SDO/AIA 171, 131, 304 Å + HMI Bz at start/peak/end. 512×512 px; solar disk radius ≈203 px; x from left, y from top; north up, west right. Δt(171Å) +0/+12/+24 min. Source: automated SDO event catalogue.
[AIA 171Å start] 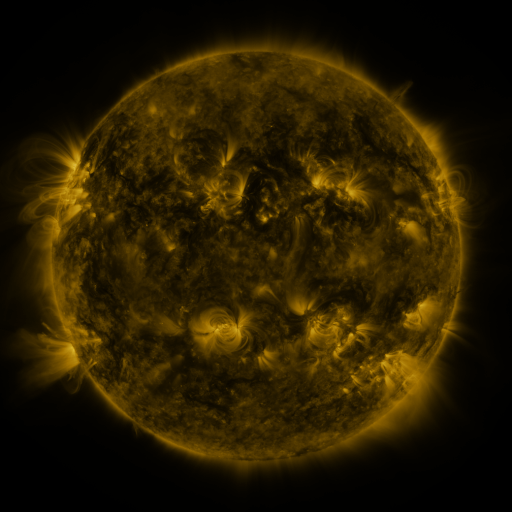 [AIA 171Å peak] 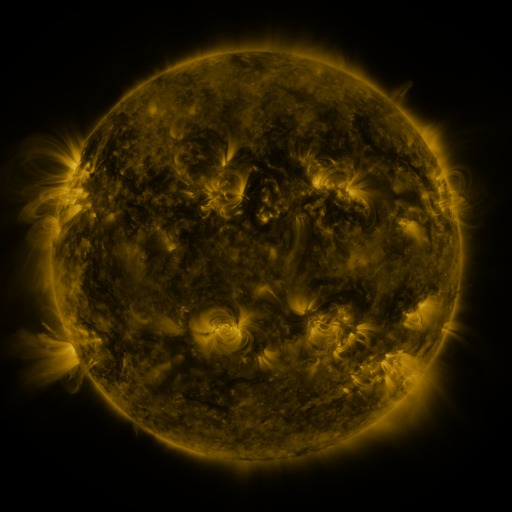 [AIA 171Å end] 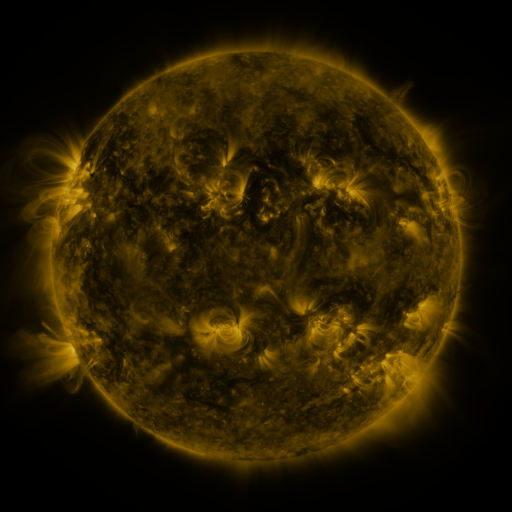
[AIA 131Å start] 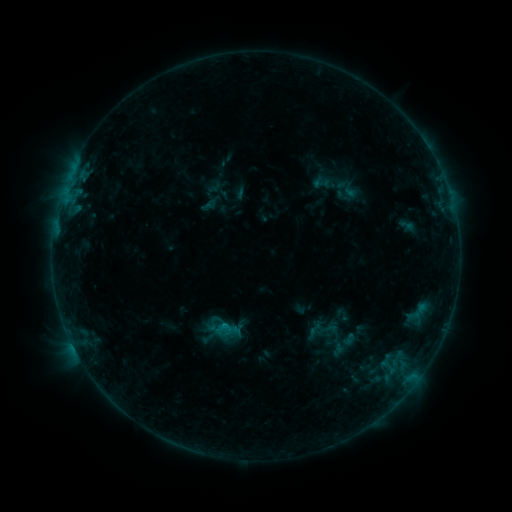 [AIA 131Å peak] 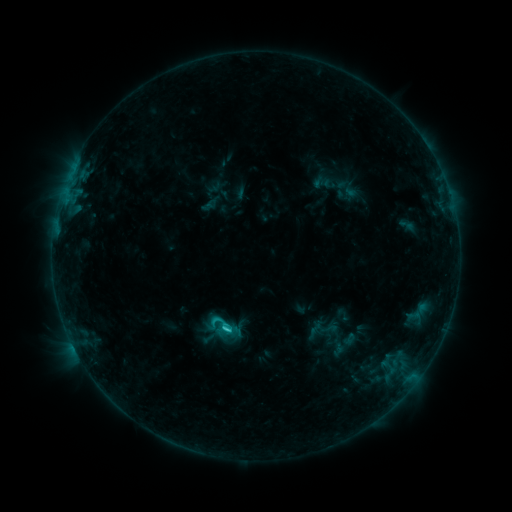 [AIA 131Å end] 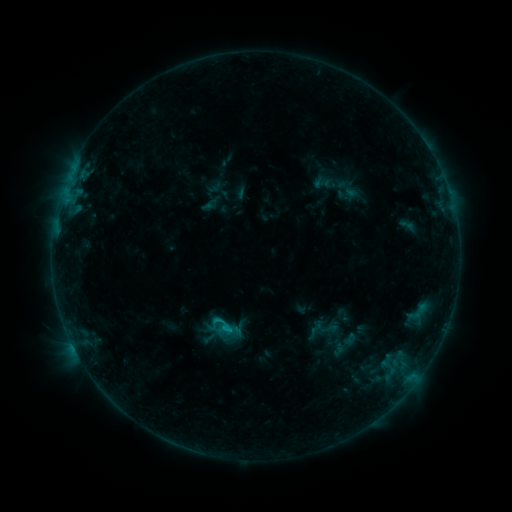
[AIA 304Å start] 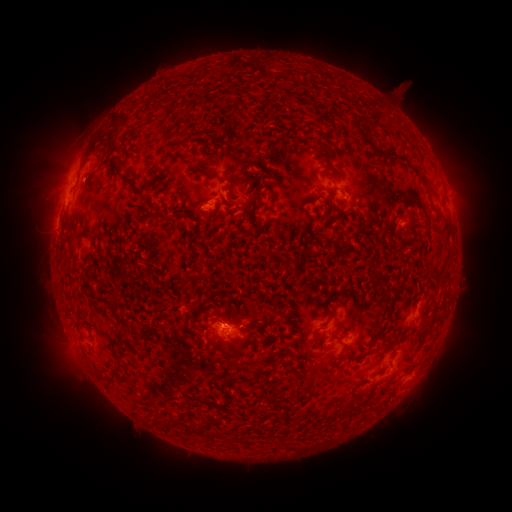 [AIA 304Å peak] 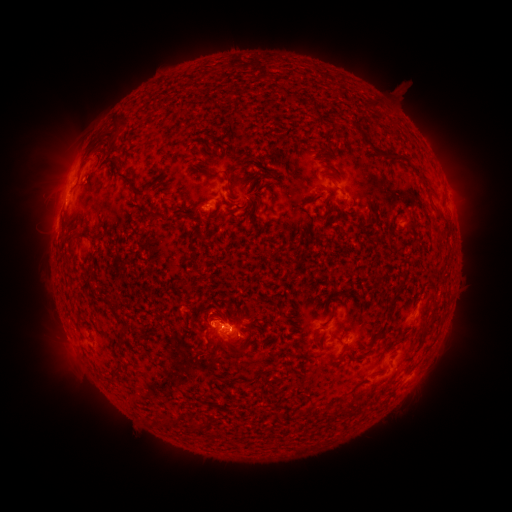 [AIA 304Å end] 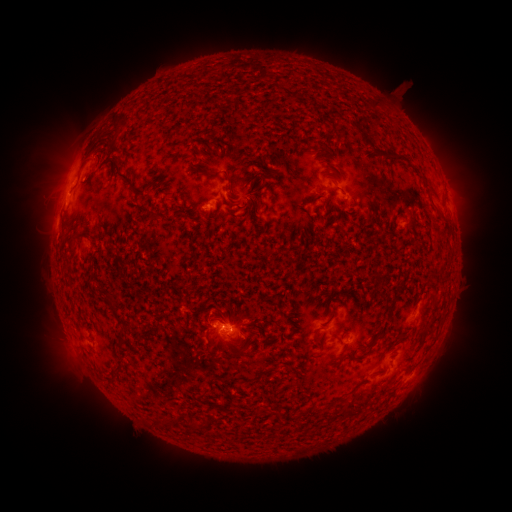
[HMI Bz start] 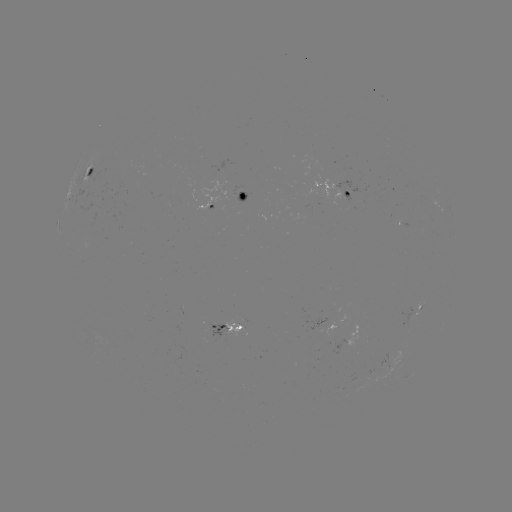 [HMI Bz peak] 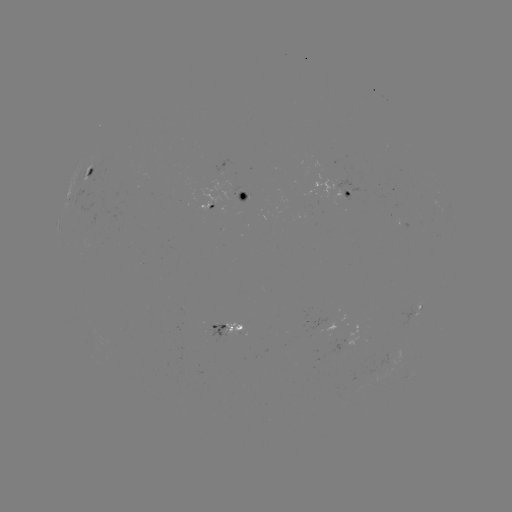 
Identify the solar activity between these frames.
C1.4 flare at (228, 329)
